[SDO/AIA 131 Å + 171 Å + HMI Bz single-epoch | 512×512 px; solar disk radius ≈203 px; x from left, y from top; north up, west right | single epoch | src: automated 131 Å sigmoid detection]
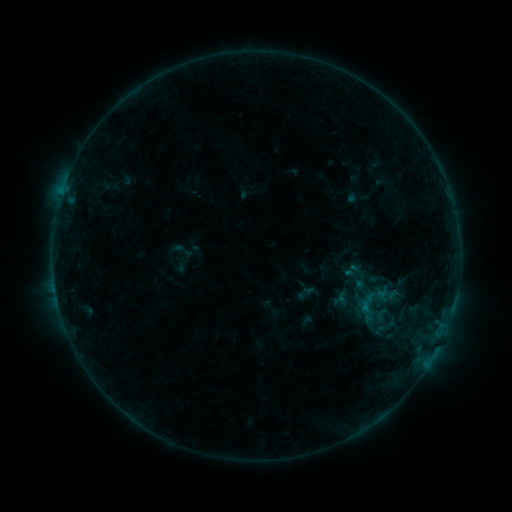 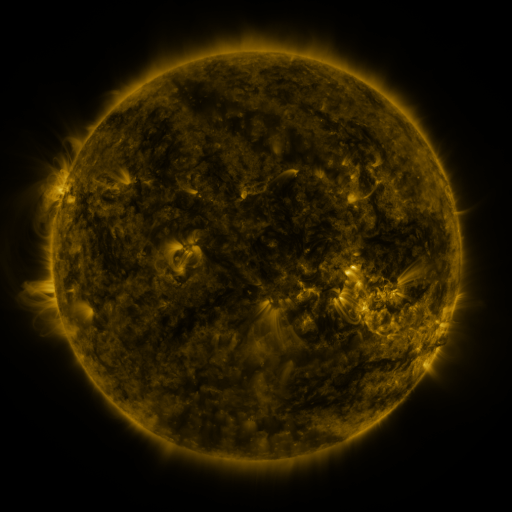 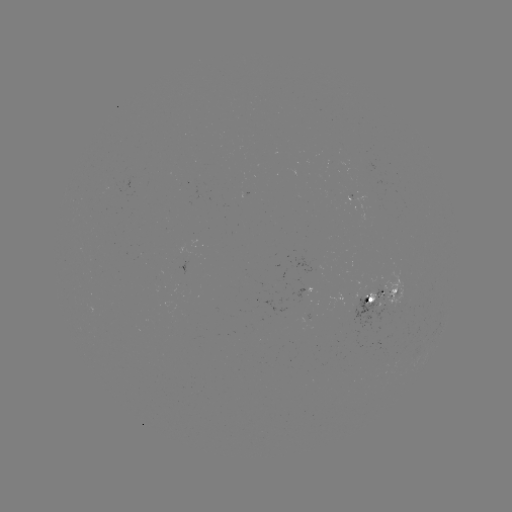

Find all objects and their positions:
sigmoid: [343, 260, 360, 279]
